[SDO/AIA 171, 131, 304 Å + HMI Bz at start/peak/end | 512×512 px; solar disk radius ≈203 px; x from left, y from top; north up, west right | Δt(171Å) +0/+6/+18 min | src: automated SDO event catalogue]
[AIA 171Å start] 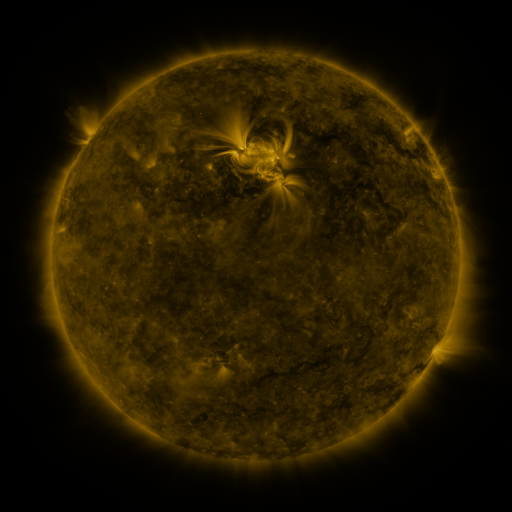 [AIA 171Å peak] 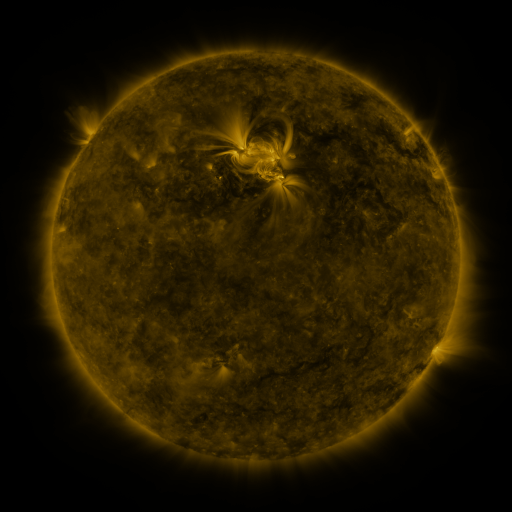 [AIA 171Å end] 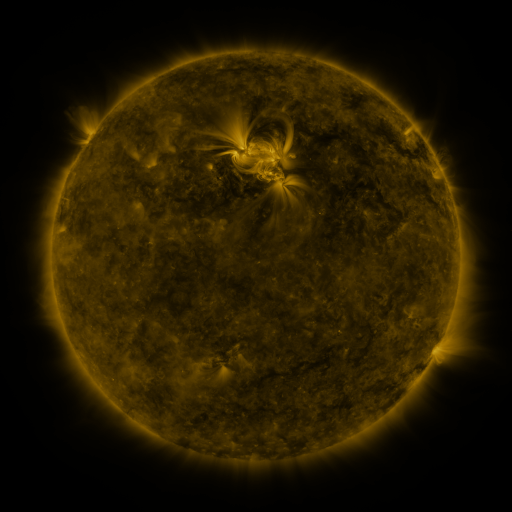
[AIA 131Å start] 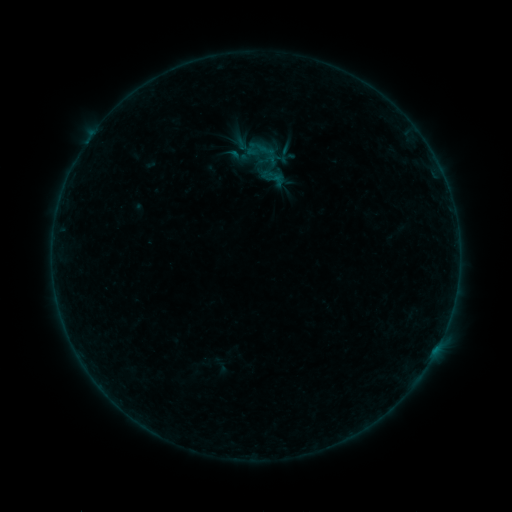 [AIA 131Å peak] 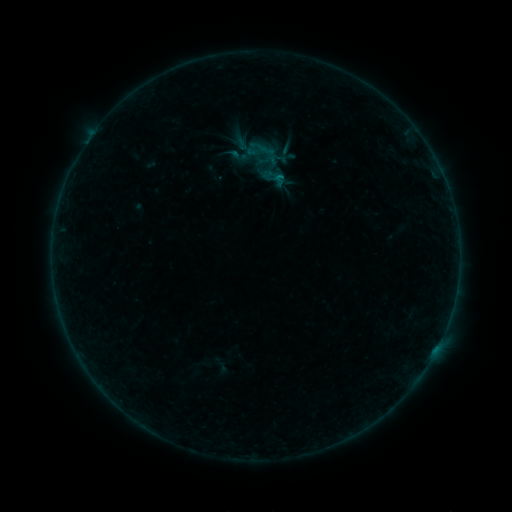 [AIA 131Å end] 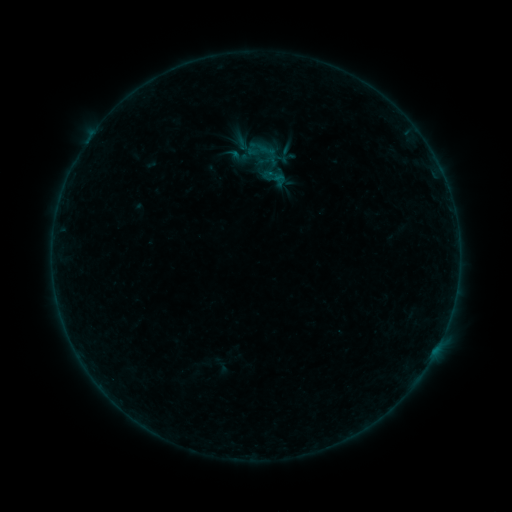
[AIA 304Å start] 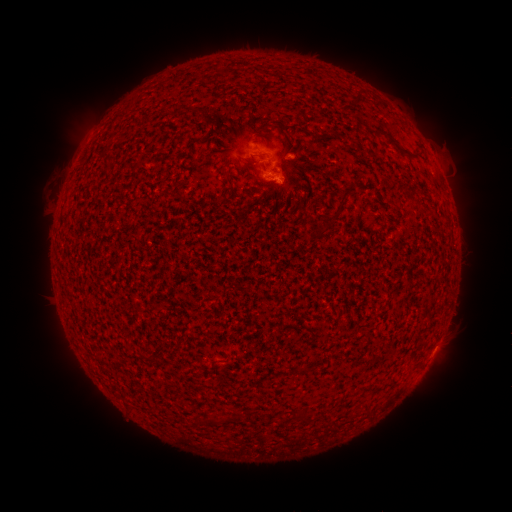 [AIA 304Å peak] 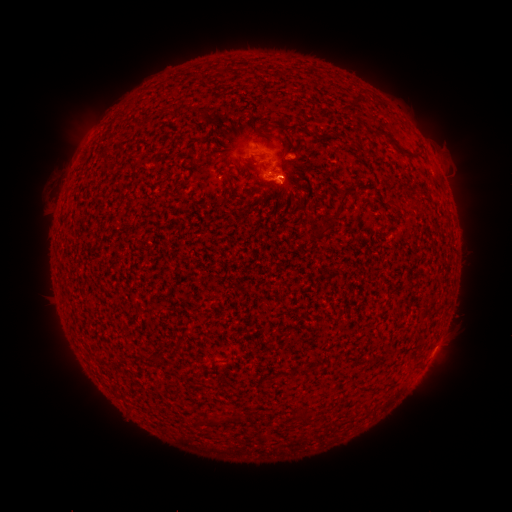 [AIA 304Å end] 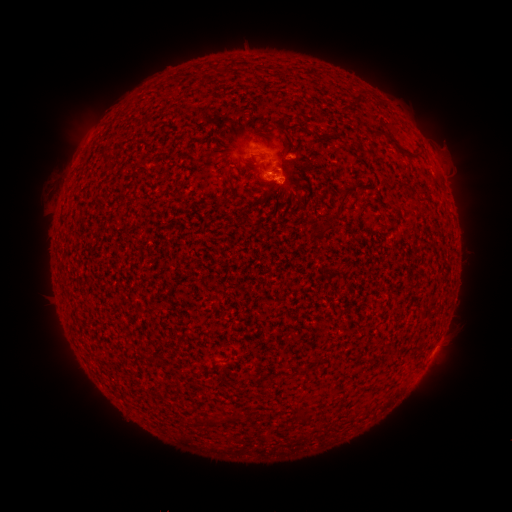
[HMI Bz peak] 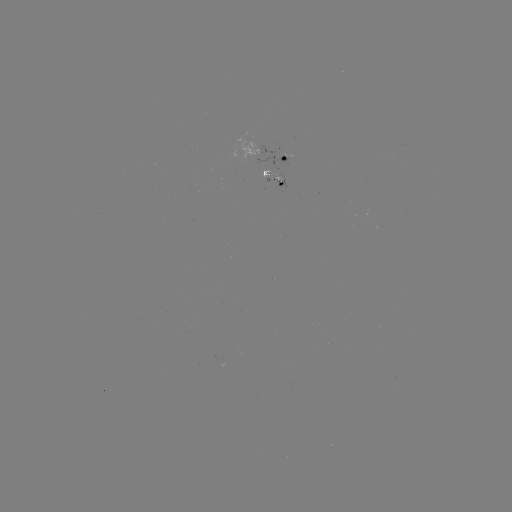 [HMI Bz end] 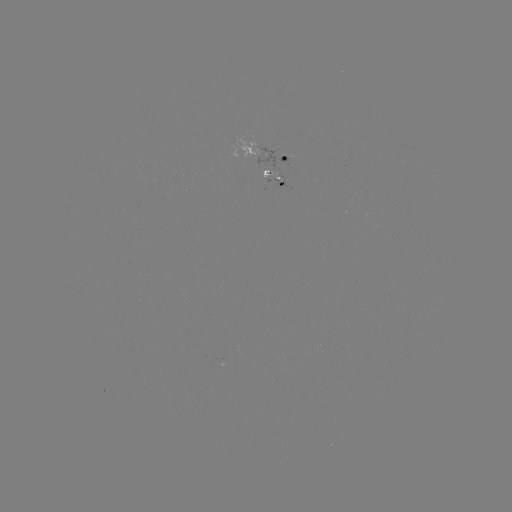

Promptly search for B1.7 flare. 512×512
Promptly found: [437, 347].